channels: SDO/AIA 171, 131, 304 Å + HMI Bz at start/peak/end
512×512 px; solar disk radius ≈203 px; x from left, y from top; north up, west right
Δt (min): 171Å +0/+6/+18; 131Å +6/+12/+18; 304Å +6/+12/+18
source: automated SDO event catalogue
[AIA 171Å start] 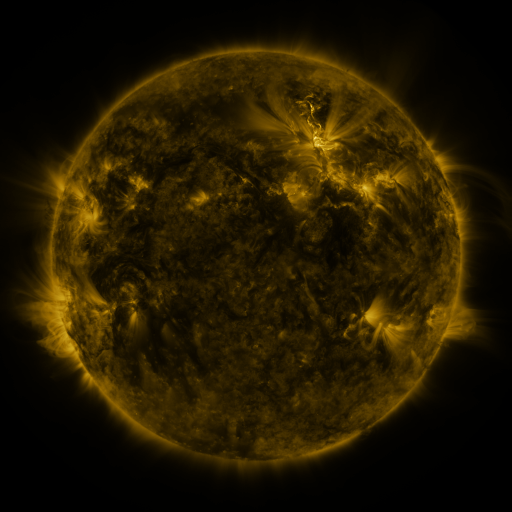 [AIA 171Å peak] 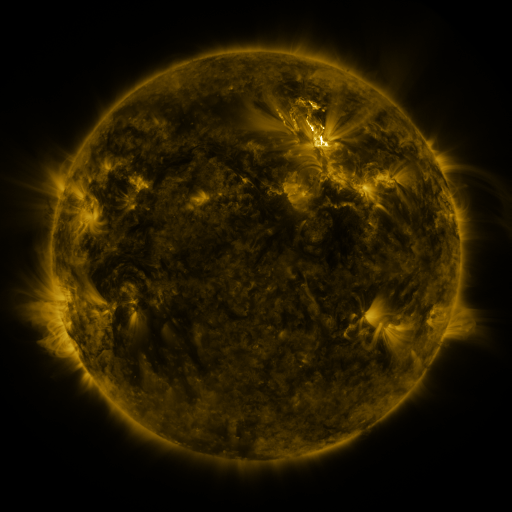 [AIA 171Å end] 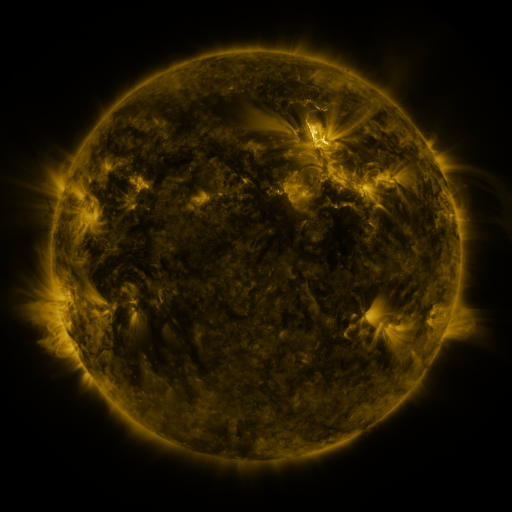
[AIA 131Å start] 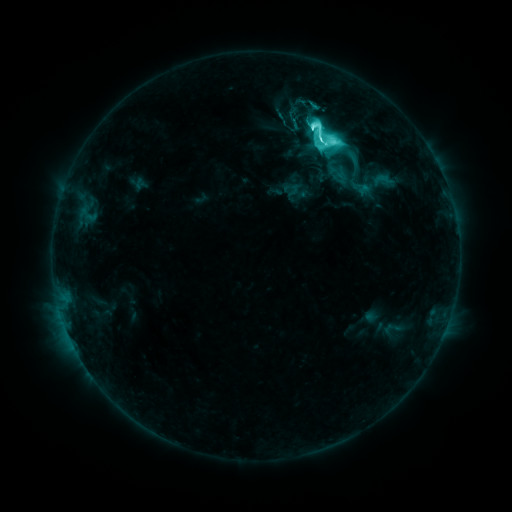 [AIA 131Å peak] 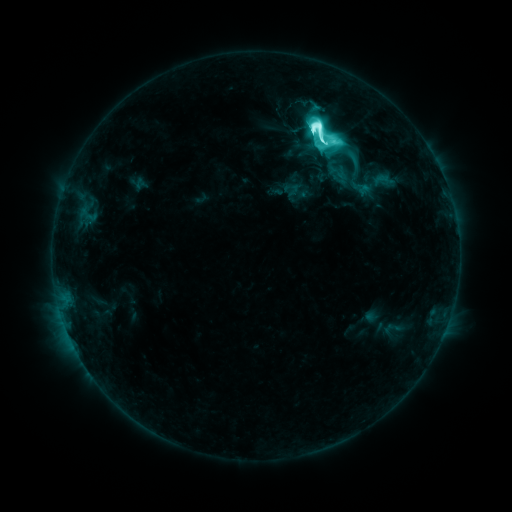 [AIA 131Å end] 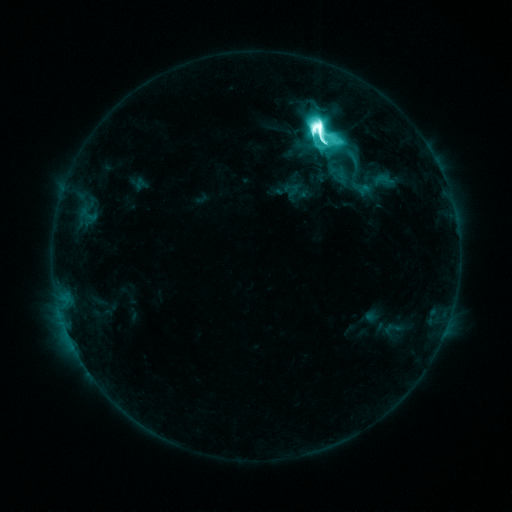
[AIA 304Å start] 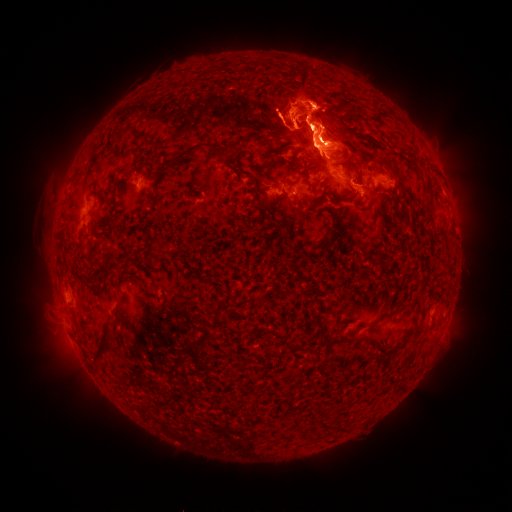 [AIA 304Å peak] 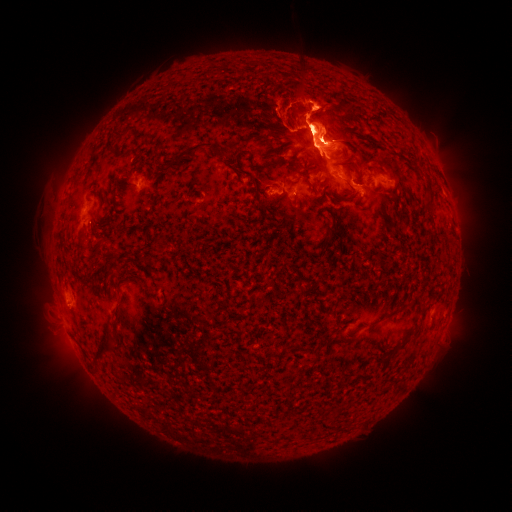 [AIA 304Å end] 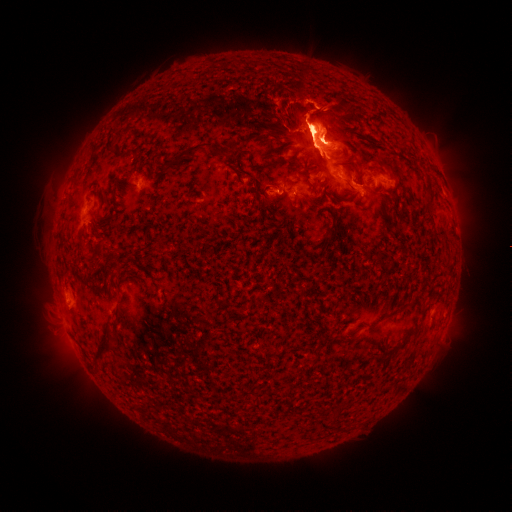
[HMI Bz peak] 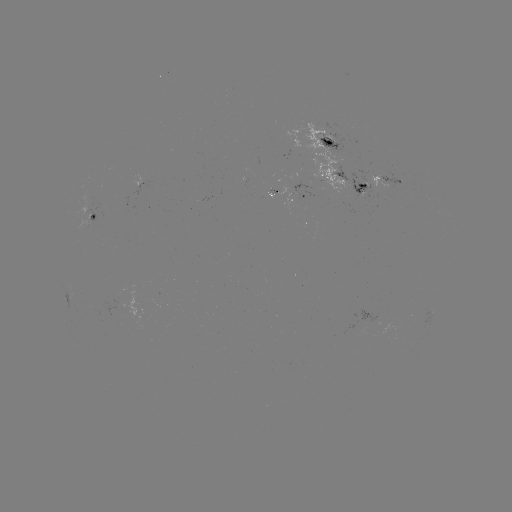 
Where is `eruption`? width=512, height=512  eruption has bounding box [28, 272, 93, 374].